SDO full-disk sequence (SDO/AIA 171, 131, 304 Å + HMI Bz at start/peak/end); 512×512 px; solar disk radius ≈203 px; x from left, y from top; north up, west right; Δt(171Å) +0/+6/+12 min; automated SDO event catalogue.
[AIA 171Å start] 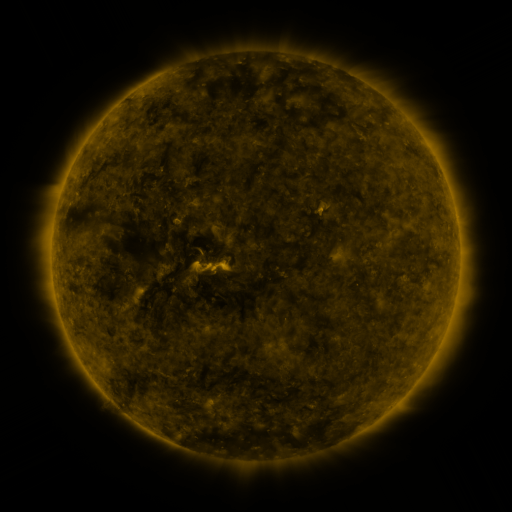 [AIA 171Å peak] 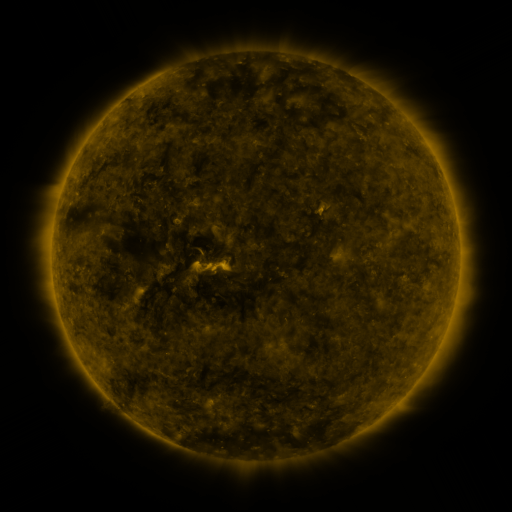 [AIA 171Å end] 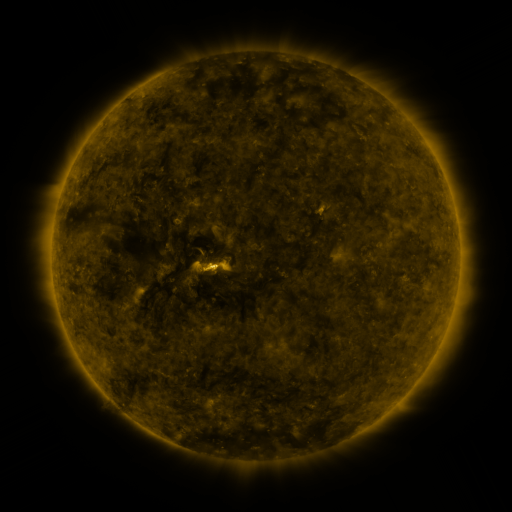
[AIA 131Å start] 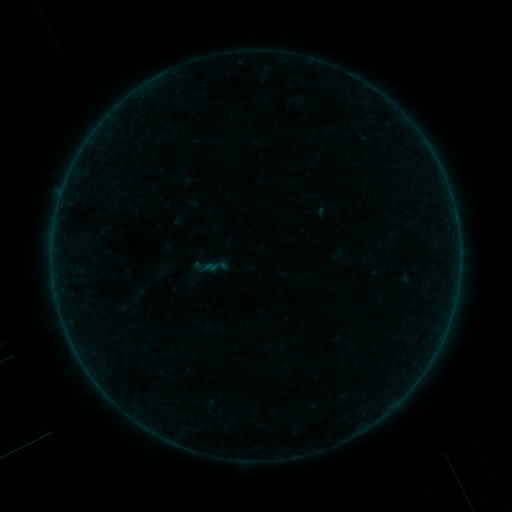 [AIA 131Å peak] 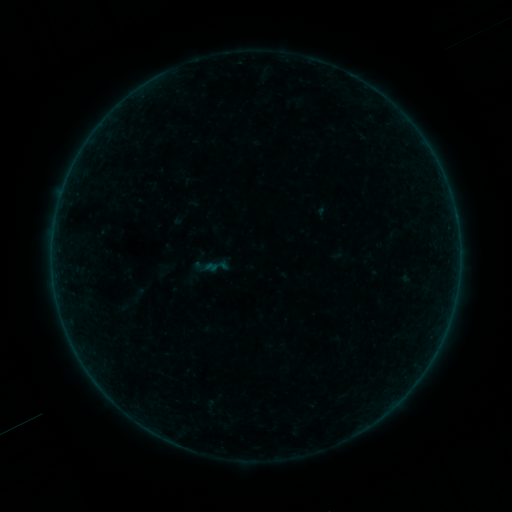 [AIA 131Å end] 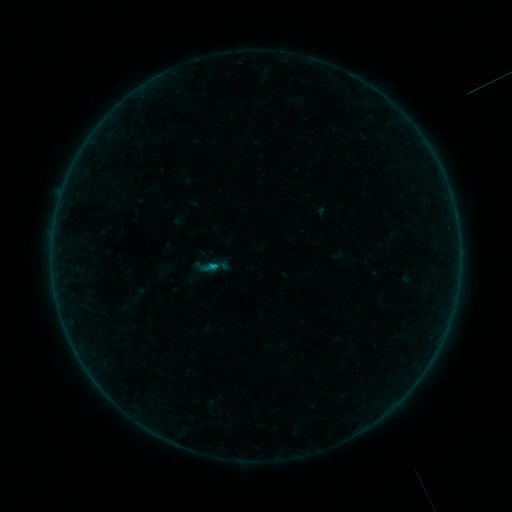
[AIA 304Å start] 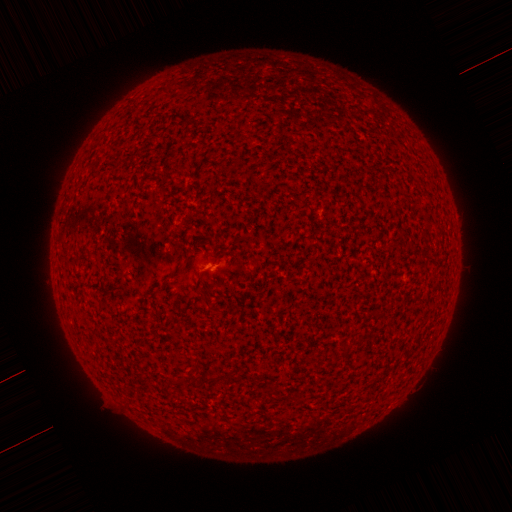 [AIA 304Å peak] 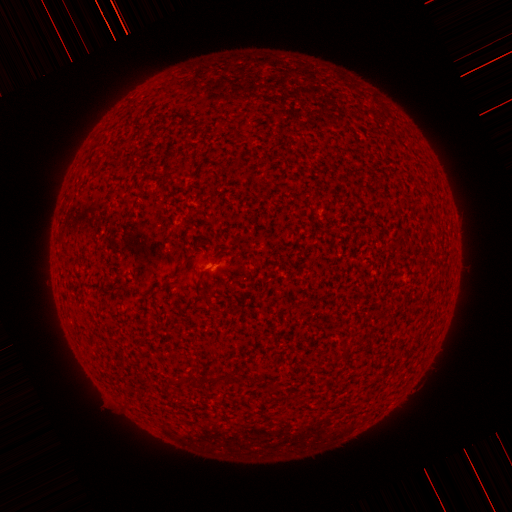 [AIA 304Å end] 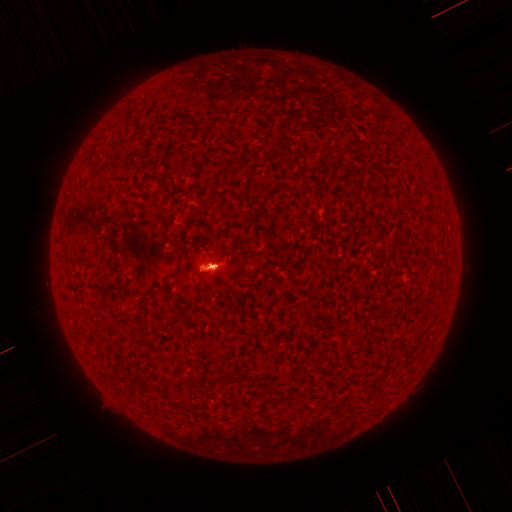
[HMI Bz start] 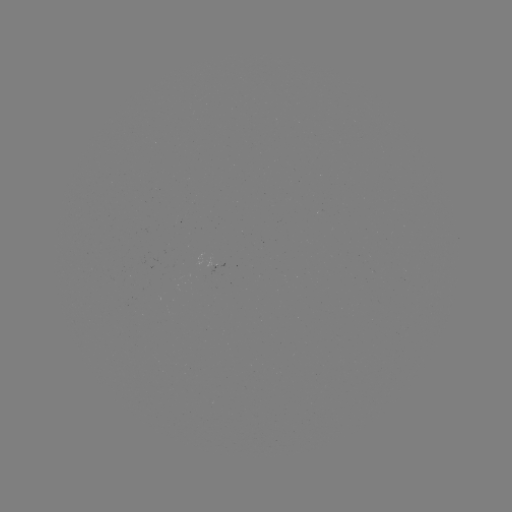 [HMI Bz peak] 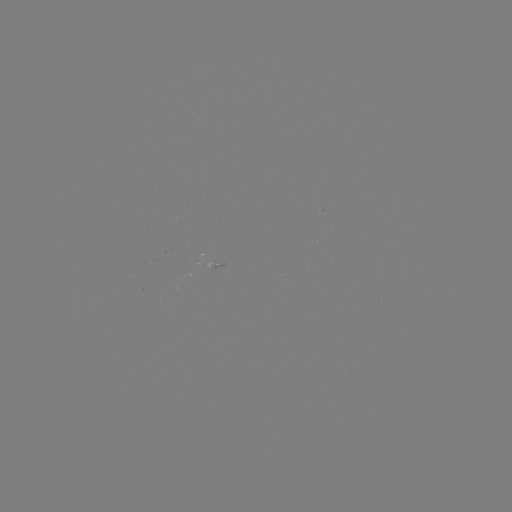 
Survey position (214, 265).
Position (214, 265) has B2.0 flare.